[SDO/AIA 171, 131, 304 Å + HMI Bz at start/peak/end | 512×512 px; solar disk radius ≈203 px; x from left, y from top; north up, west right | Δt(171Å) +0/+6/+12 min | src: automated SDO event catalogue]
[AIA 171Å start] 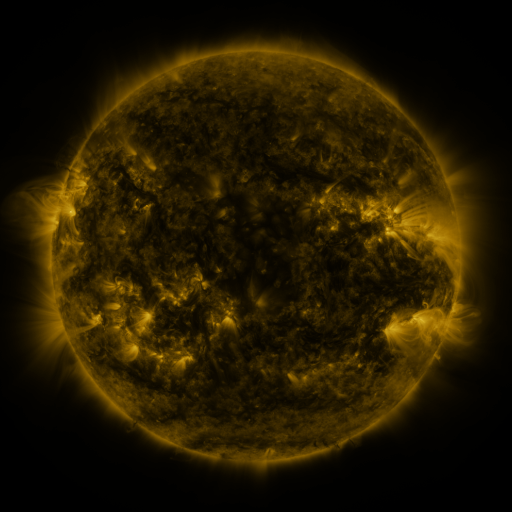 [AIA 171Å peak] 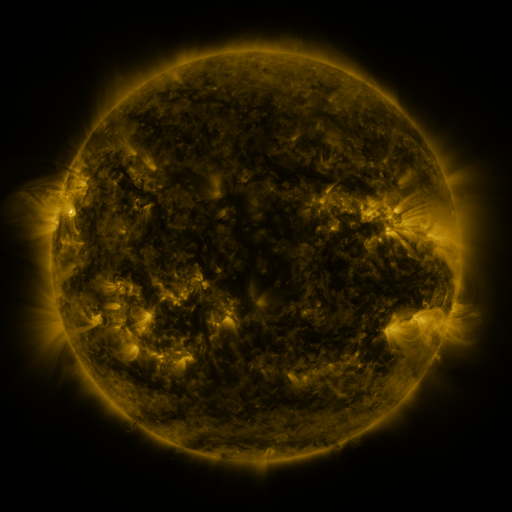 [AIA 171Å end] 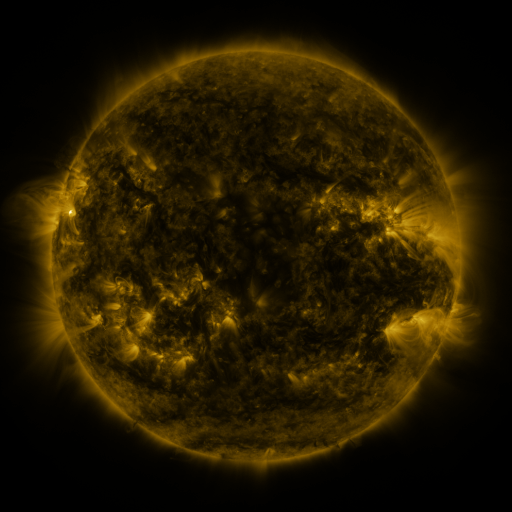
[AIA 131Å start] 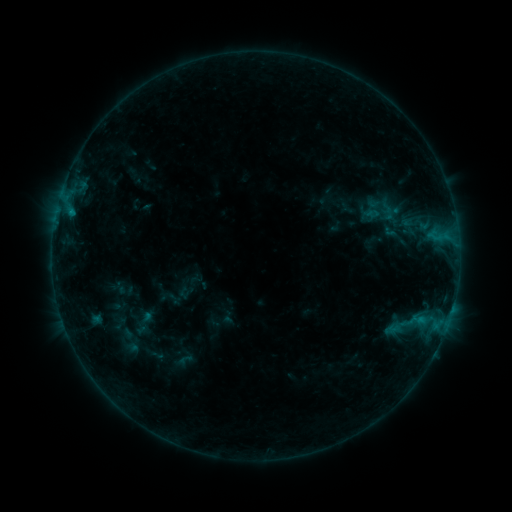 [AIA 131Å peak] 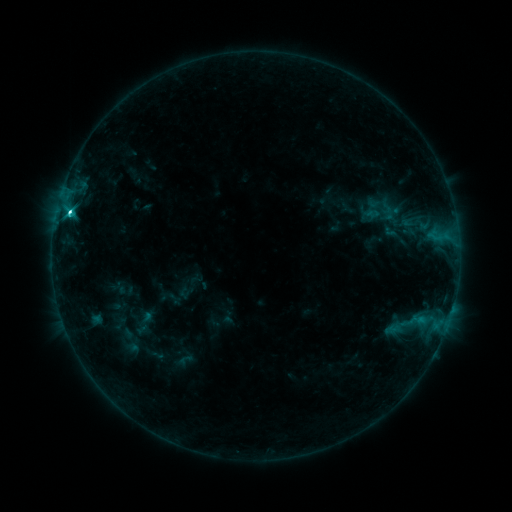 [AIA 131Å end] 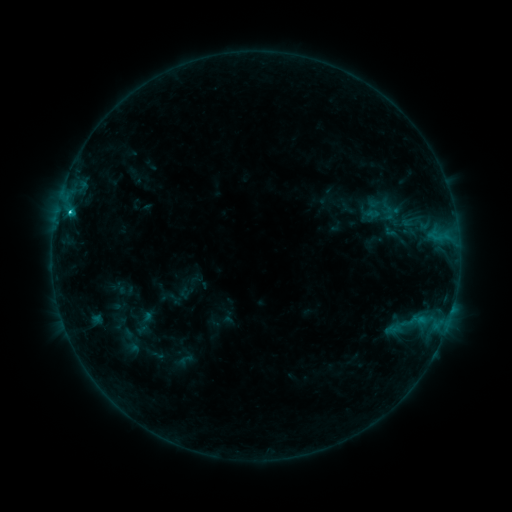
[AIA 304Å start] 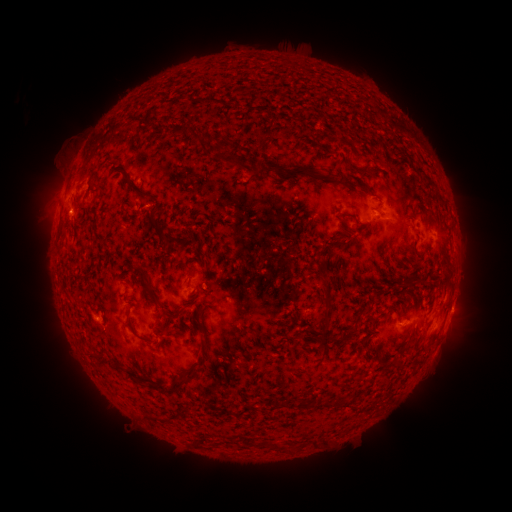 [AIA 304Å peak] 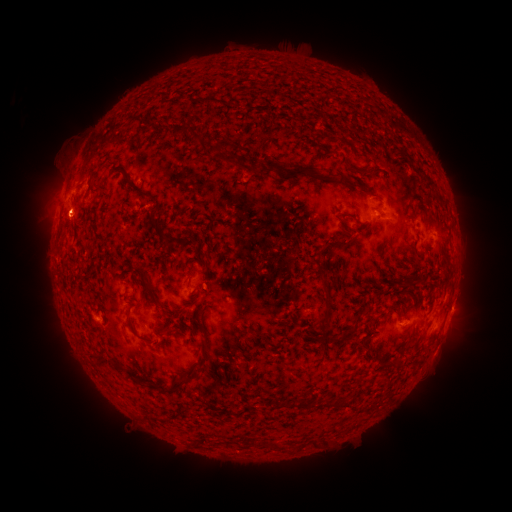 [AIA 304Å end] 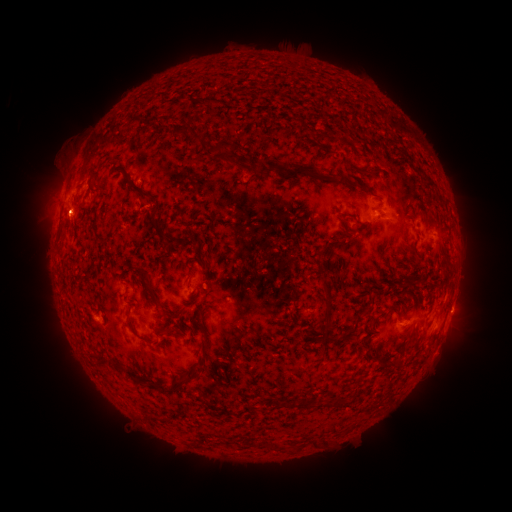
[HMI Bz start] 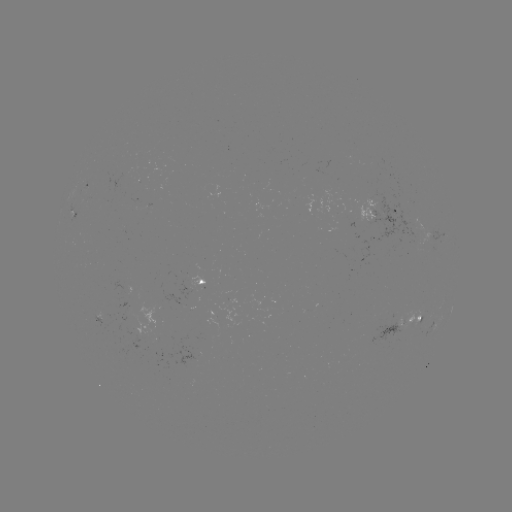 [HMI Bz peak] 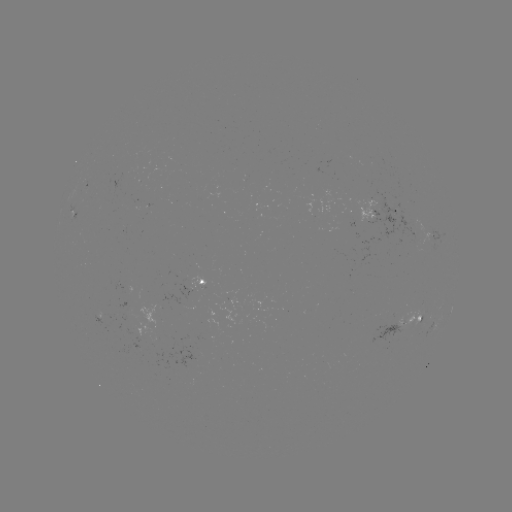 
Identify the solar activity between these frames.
C2.9 flare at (69, 216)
